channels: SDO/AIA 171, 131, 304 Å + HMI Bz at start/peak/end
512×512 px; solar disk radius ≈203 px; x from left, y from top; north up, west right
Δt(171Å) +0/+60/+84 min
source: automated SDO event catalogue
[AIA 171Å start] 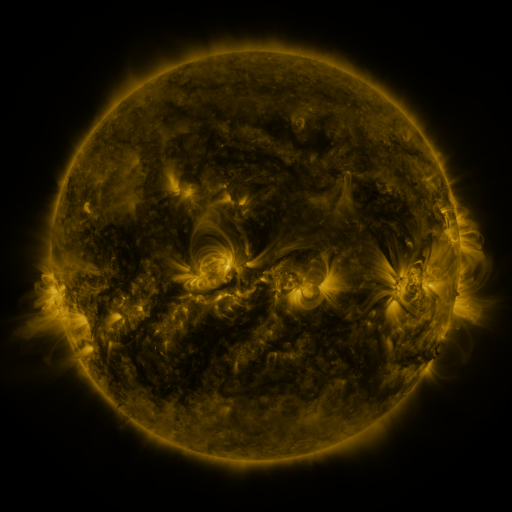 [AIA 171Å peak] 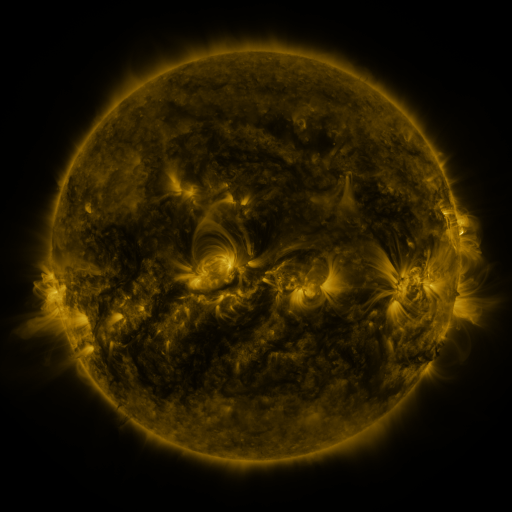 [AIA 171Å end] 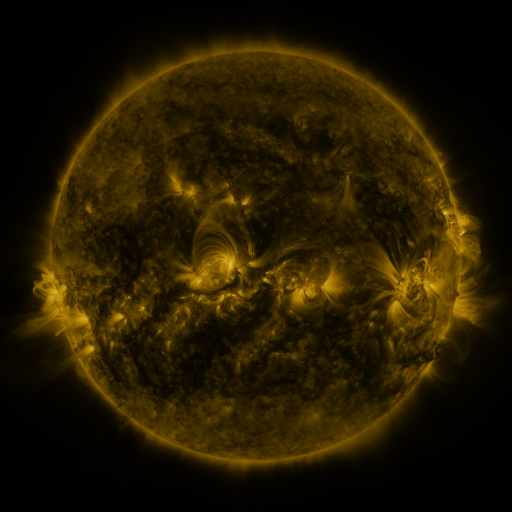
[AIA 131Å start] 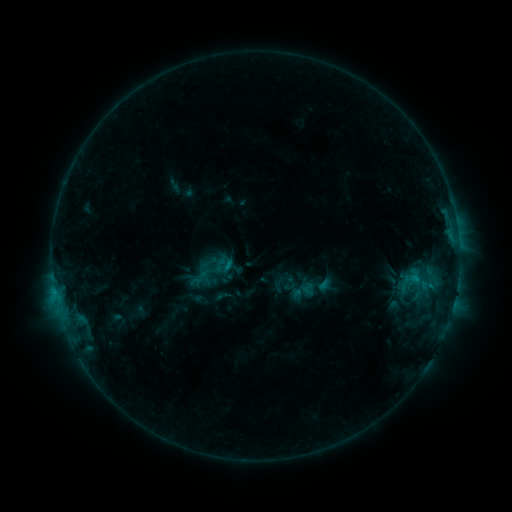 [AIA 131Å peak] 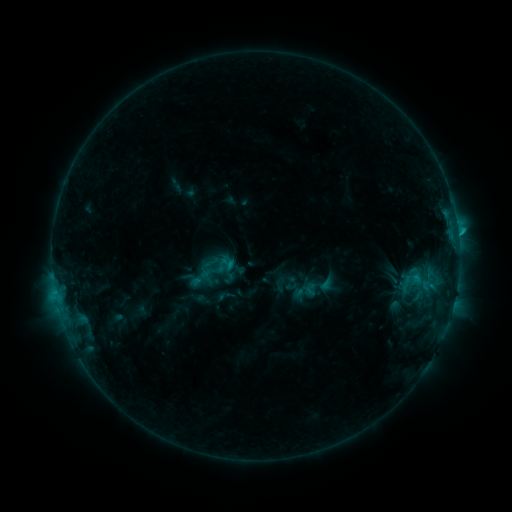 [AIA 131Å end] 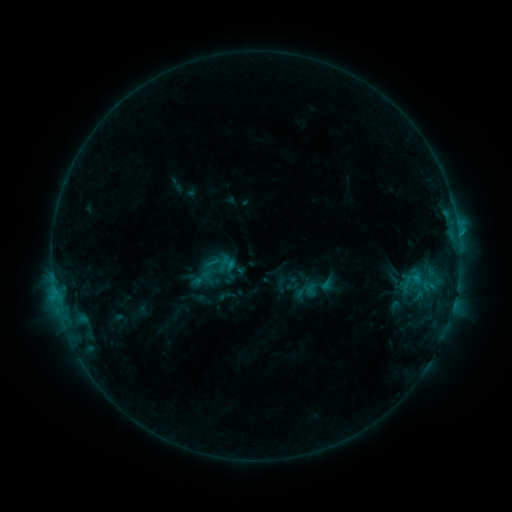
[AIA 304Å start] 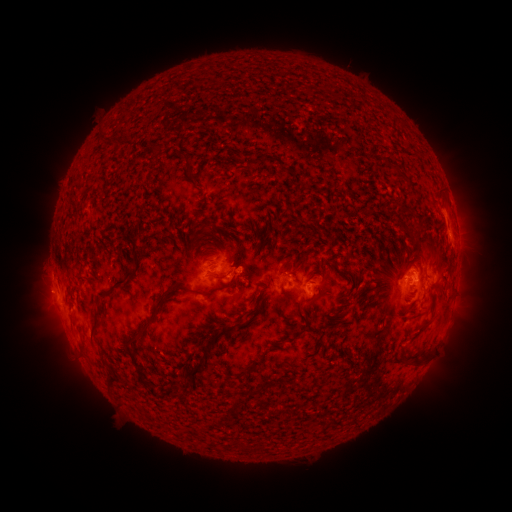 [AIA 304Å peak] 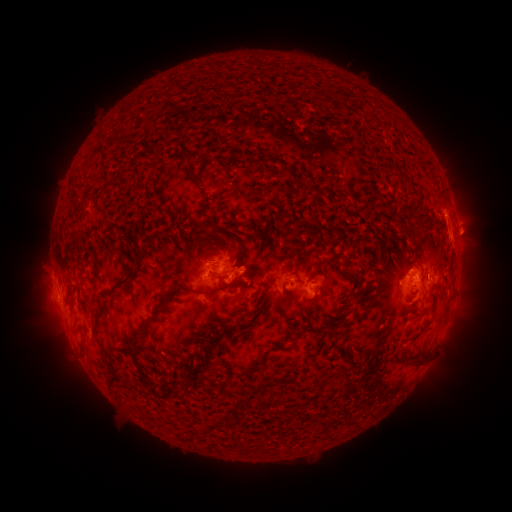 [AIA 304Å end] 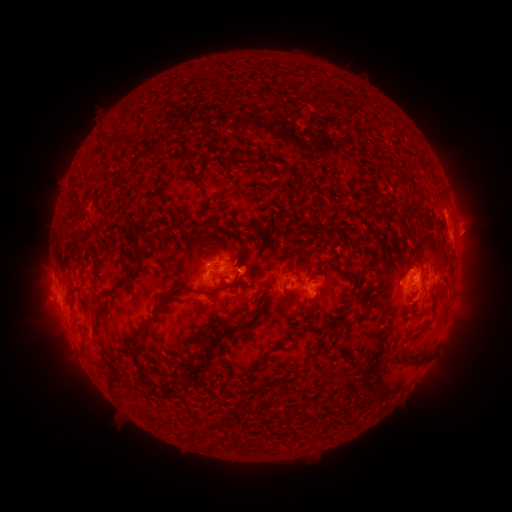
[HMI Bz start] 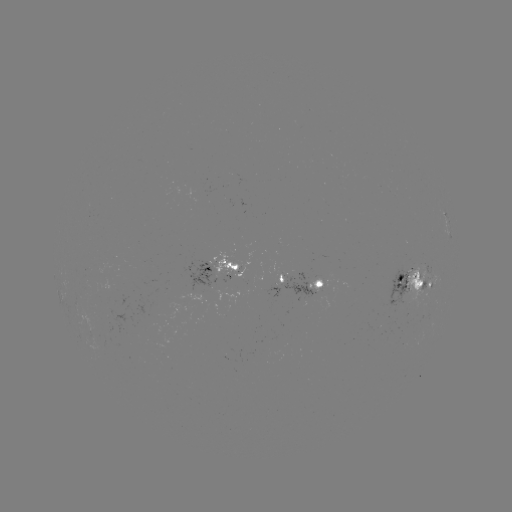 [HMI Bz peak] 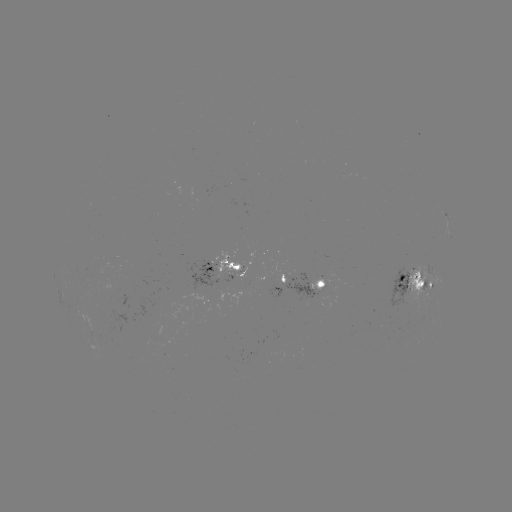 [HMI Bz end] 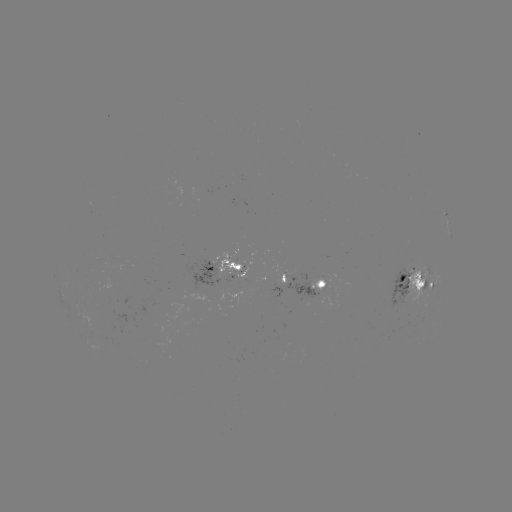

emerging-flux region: (408, 263, 431, 311)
